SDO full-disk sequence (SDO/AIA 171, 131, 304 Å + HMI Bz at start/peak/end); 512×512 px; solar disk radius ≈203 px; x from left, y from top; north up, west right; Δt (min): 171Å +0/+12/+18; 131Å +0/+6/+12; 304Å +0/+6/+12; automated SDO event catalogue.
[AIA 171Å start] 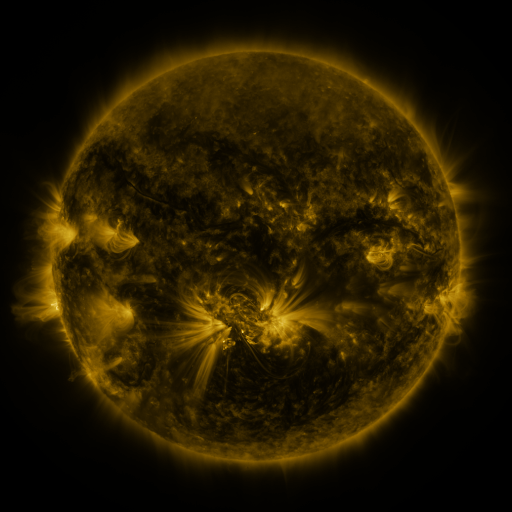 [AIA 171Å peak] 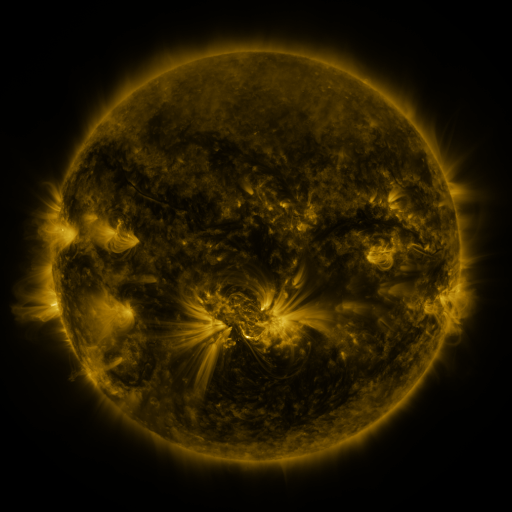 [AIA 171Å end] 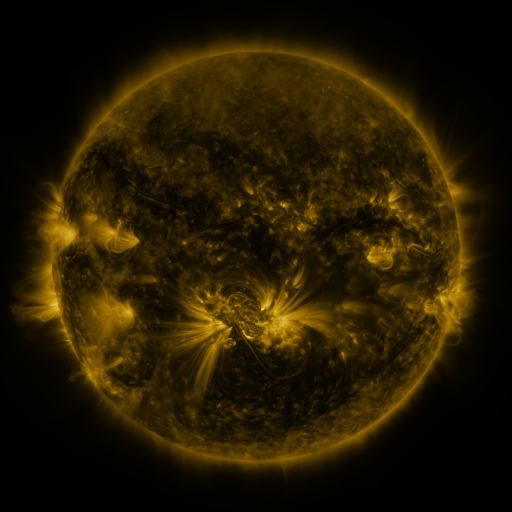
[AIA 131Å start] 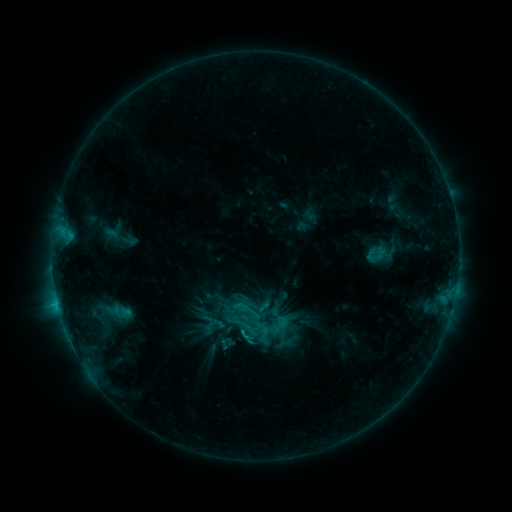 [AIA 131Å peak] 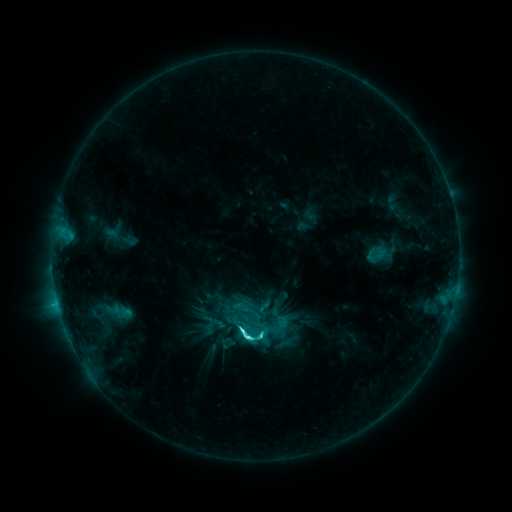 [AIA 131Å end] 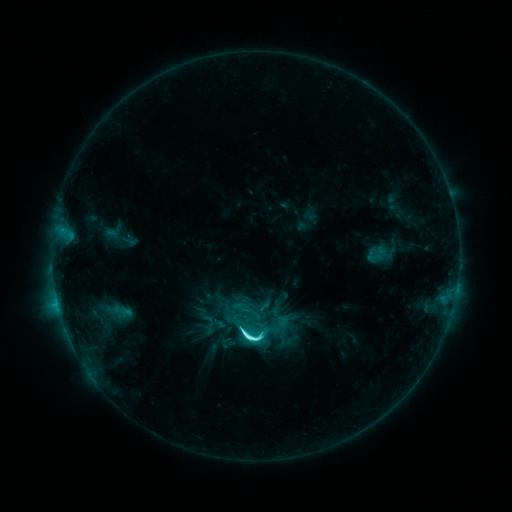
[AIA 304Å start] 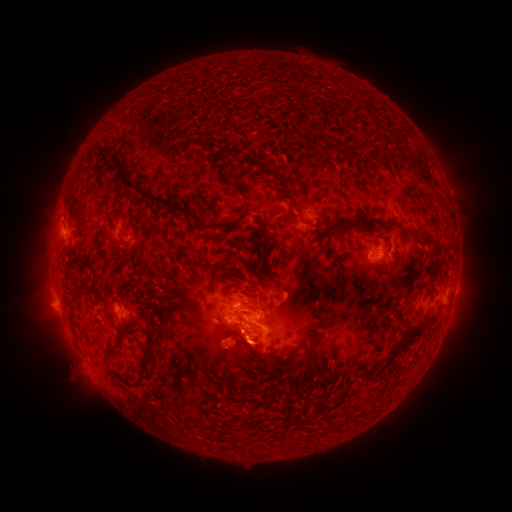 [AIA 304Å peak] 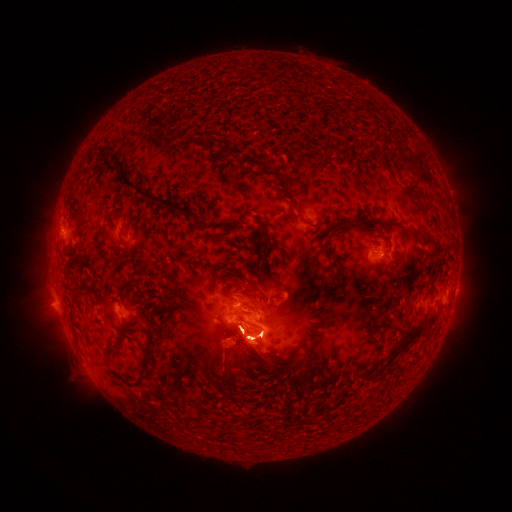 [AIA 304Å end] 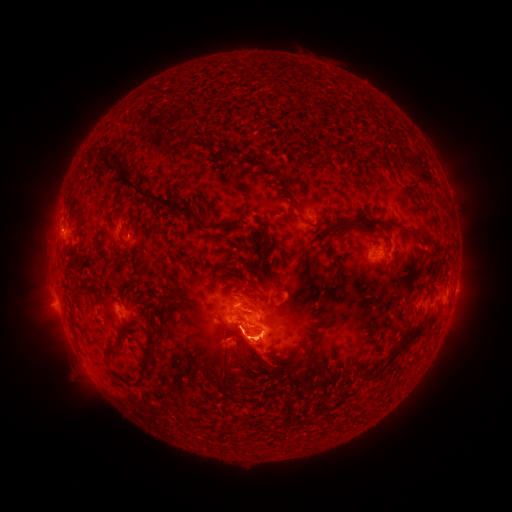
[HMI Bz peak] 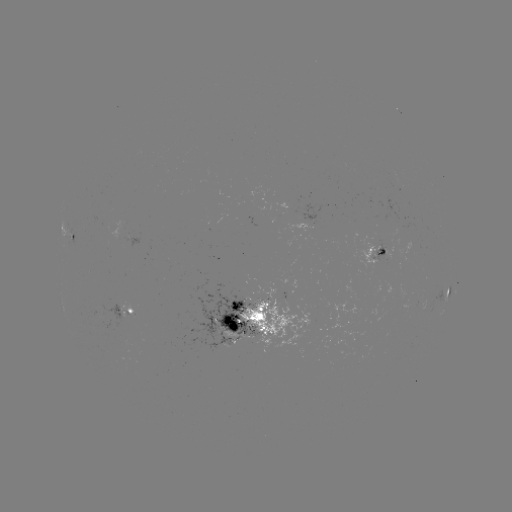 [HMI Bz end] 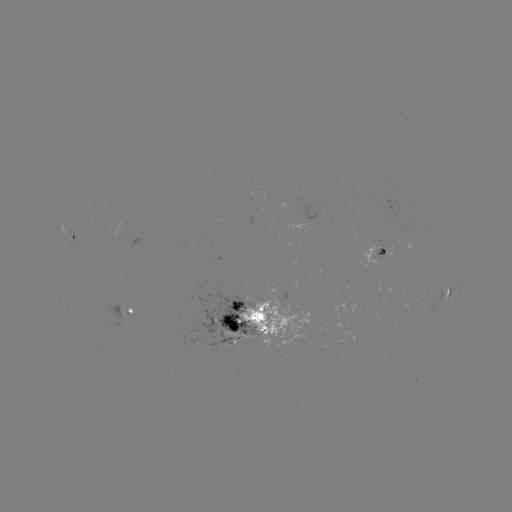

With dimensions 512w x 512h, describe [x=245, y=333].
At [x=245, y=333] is M1.1 flare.